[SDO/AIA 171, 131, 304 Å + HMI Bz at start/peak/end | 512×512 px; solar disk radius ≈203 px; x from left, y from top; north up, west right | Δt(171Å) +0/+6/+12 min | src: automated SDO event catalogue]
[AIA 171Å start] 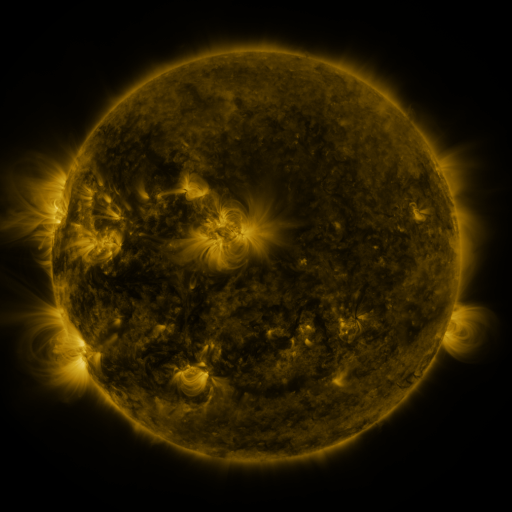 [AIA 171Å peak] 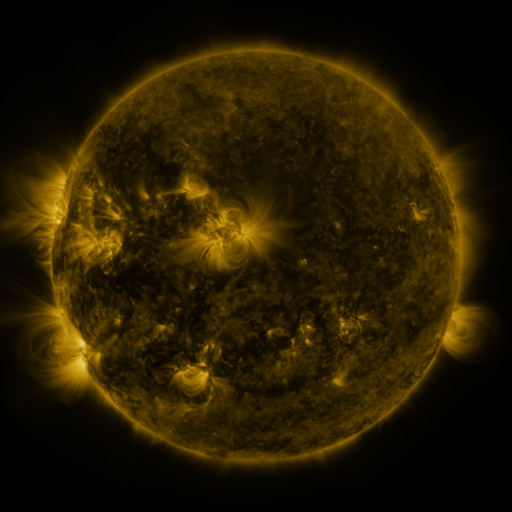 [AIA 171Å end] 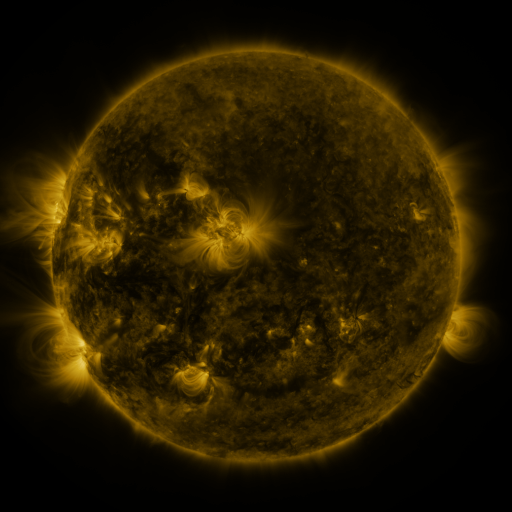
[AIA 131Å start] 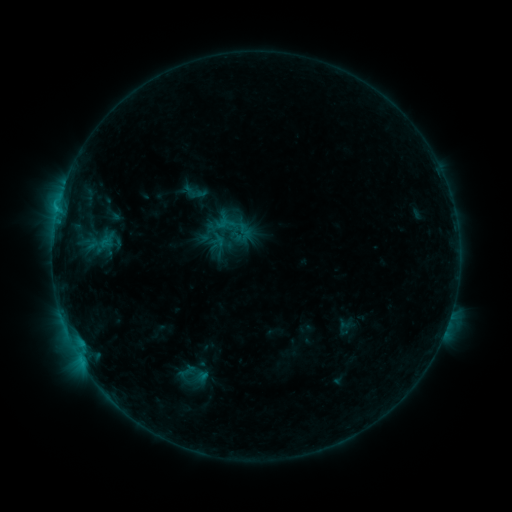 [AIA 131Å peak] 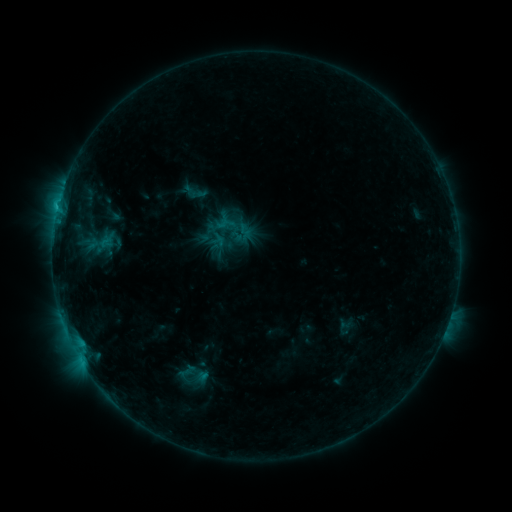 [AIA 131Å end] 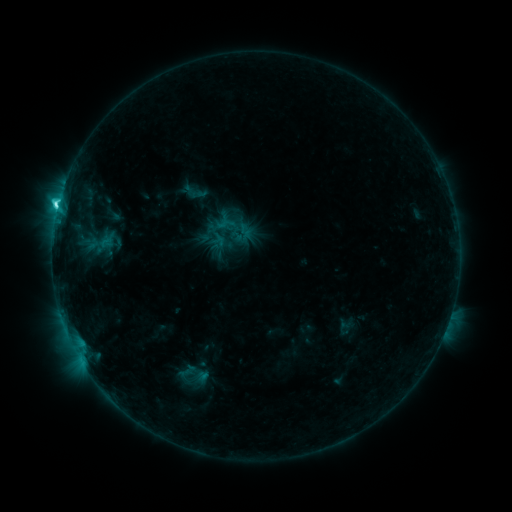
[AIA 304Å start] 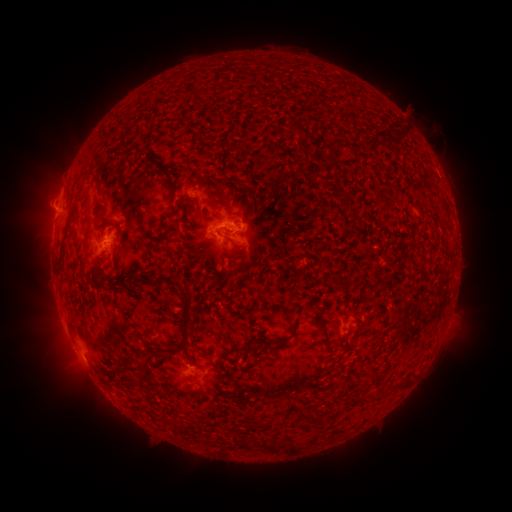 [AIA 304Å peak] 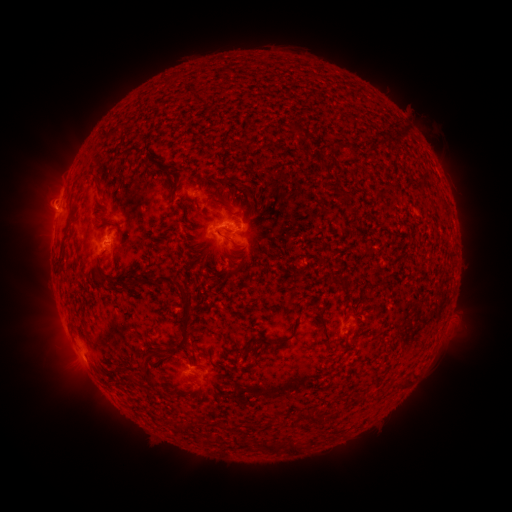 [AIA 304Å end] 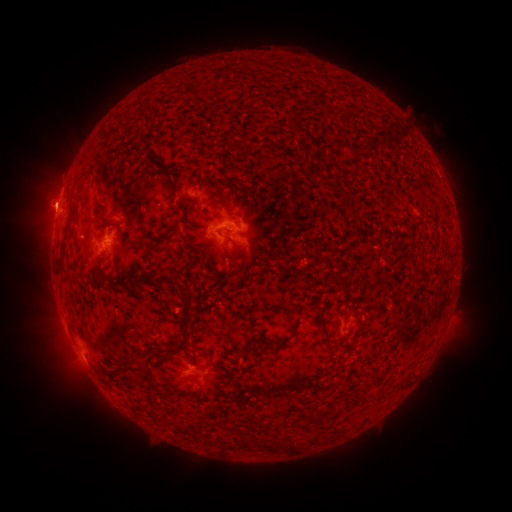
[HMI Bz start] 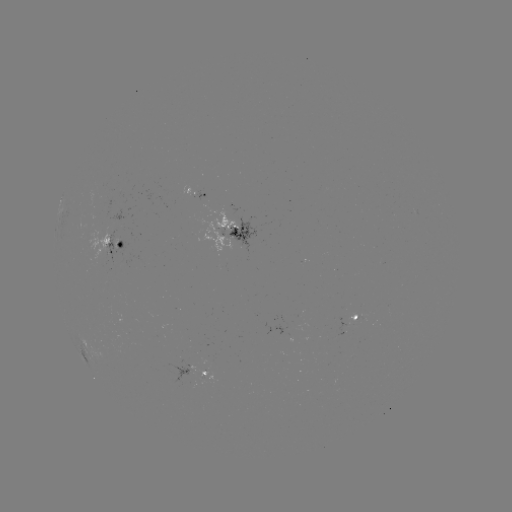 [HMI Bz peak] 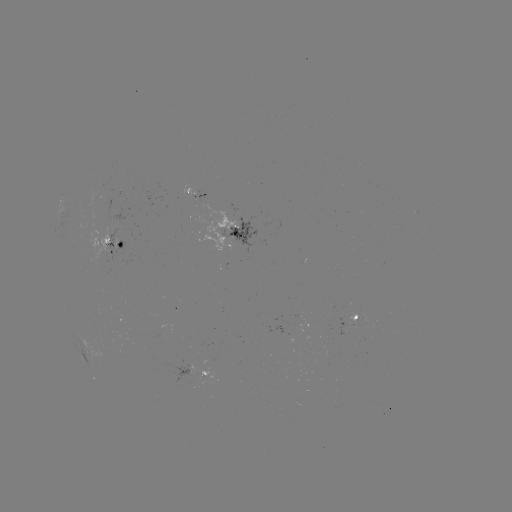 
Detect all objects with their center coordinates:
eruption: (49, 202)
